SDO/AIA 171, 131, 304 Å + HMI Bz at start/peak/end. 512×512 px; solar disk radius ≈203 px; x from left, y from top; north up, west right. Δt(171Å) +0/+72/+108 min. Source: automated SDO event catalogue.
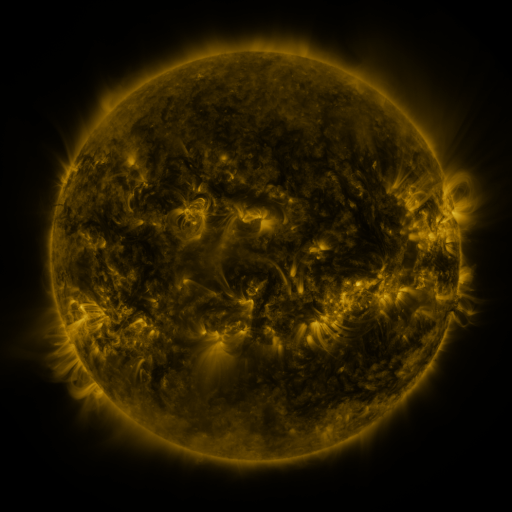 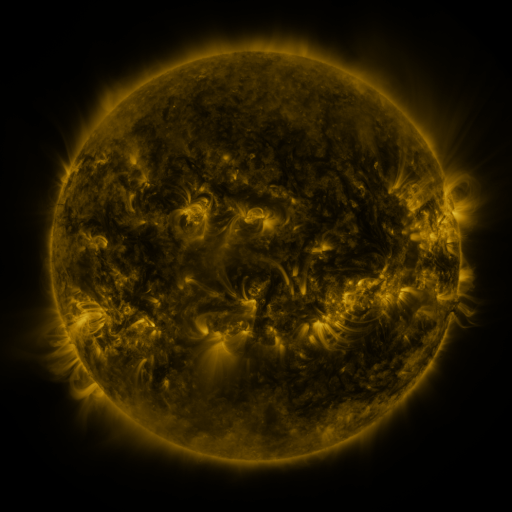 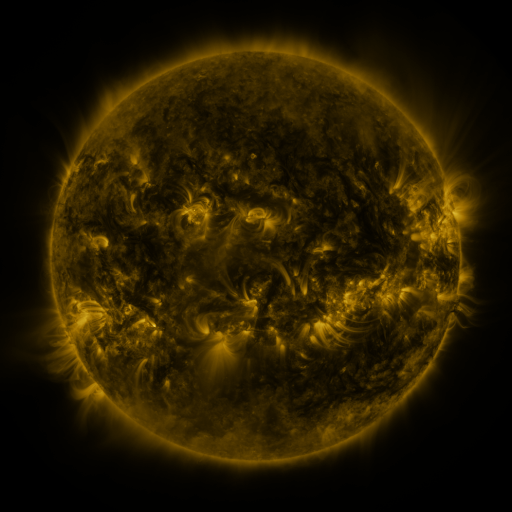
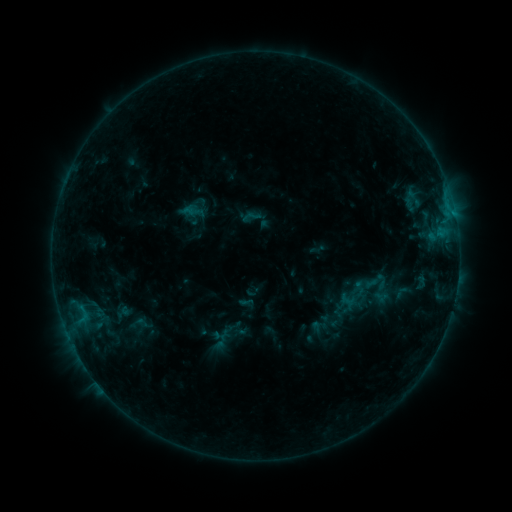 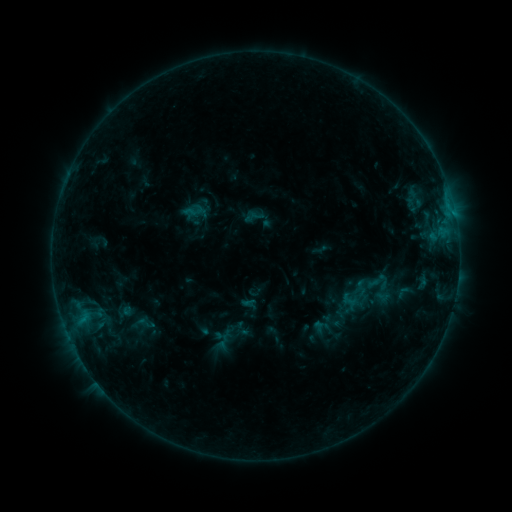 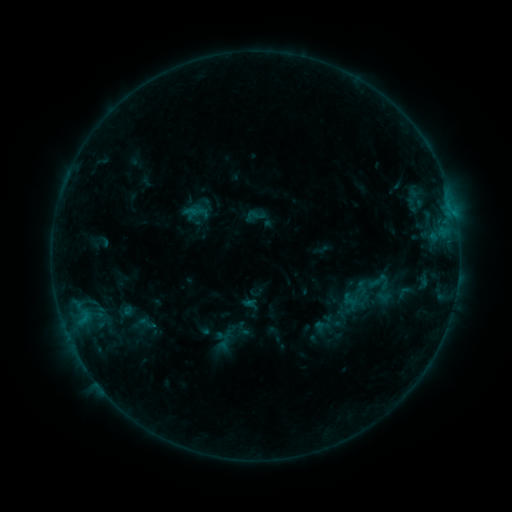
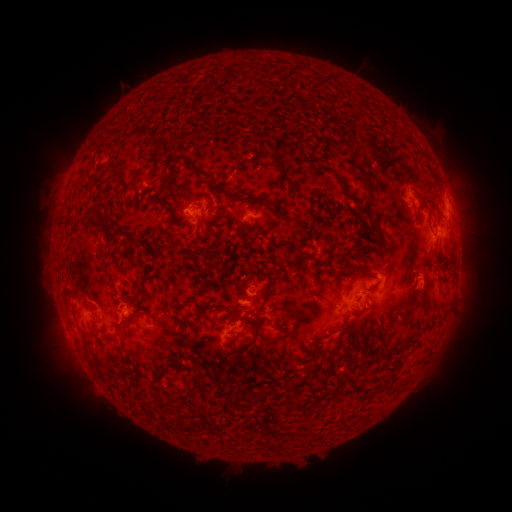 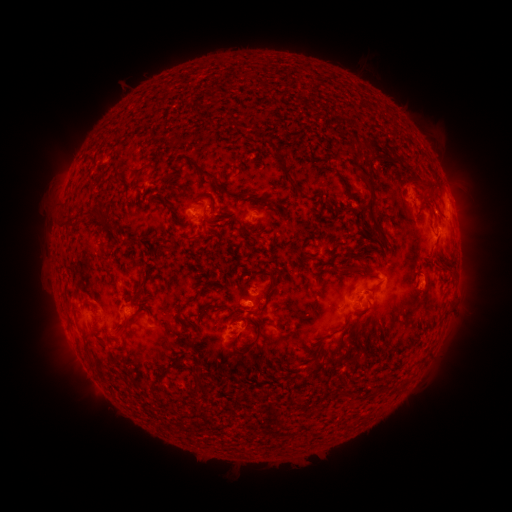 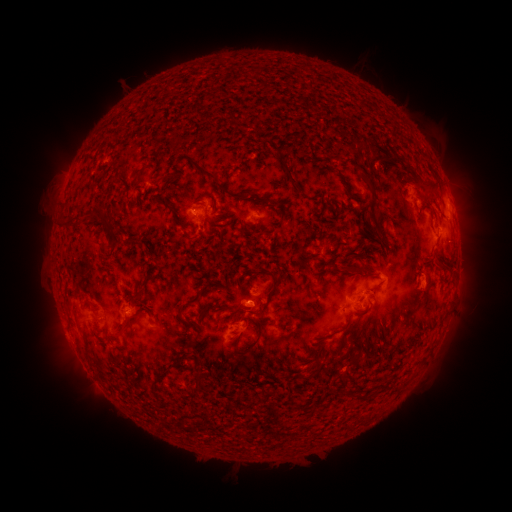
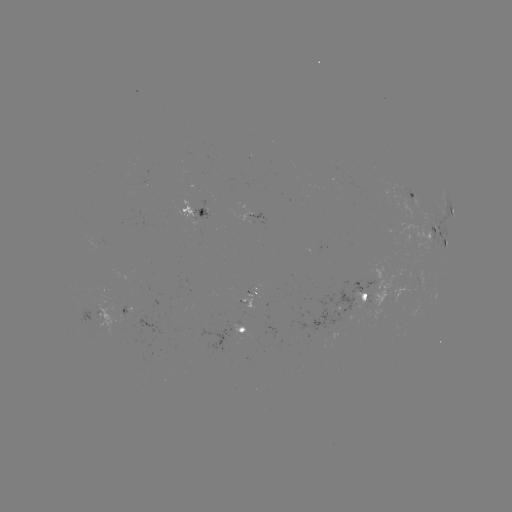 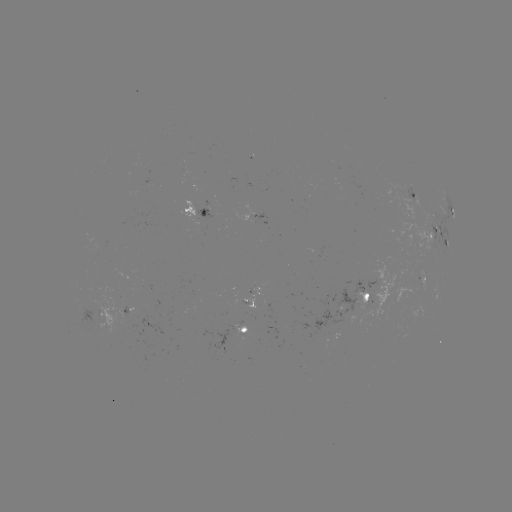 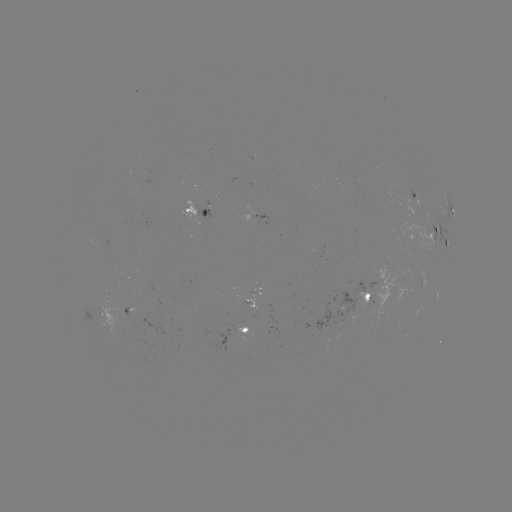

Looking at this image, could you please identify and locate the emerging-flux region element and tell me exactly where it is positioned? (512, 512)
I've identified emerging-flux region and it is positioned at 366,295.